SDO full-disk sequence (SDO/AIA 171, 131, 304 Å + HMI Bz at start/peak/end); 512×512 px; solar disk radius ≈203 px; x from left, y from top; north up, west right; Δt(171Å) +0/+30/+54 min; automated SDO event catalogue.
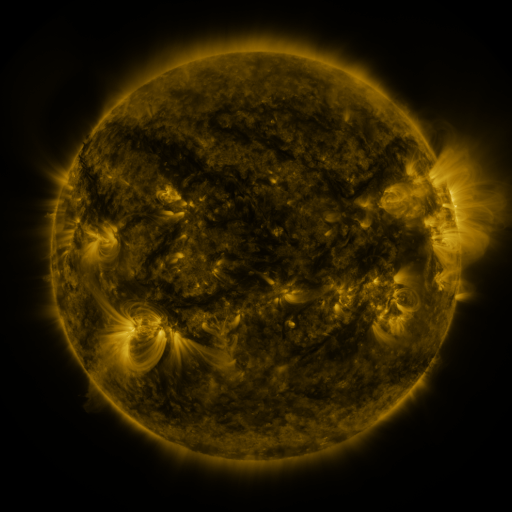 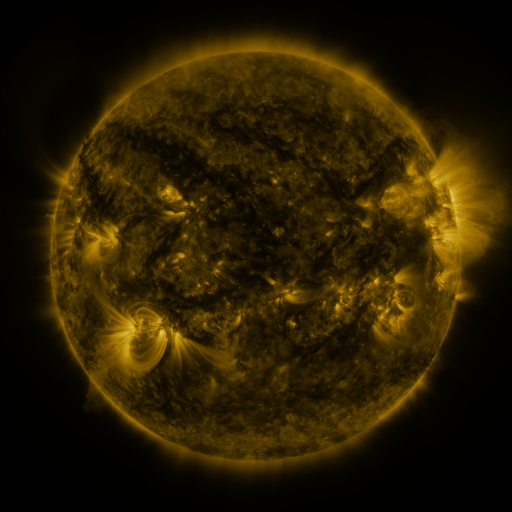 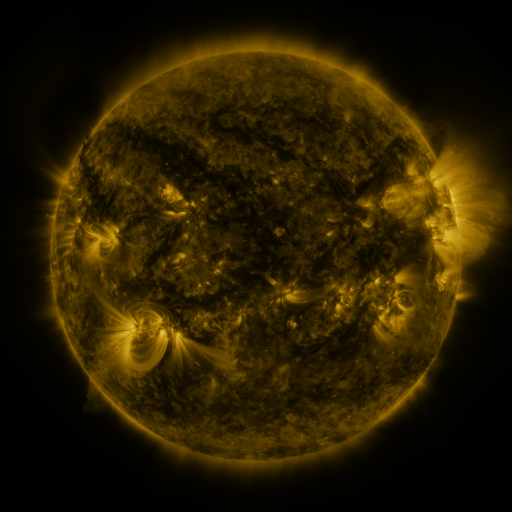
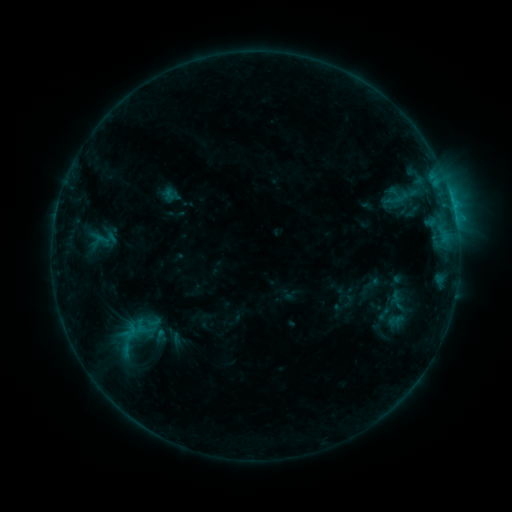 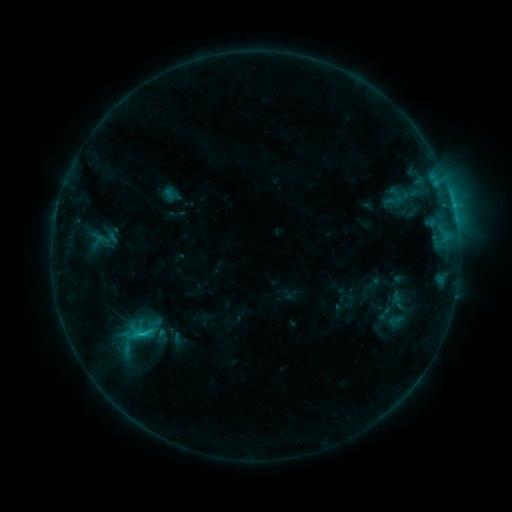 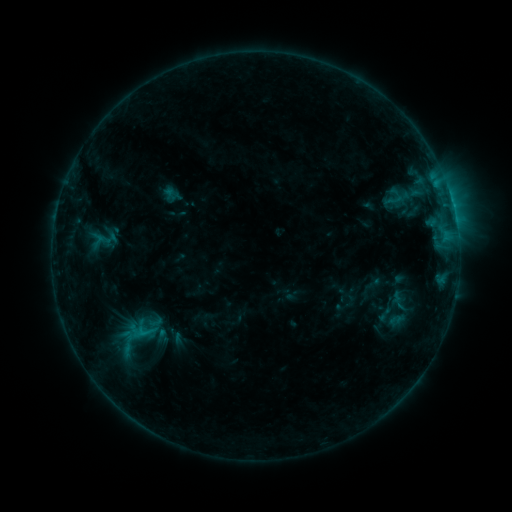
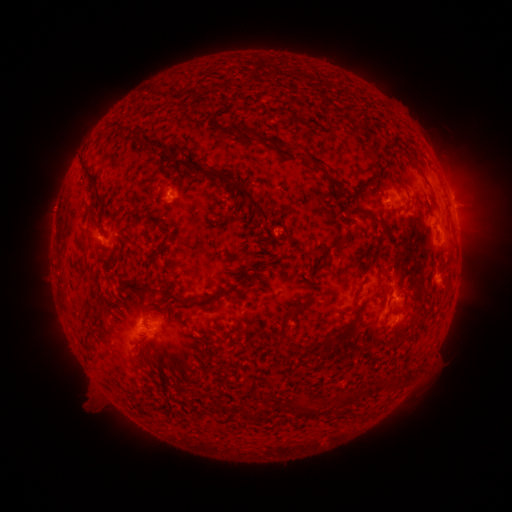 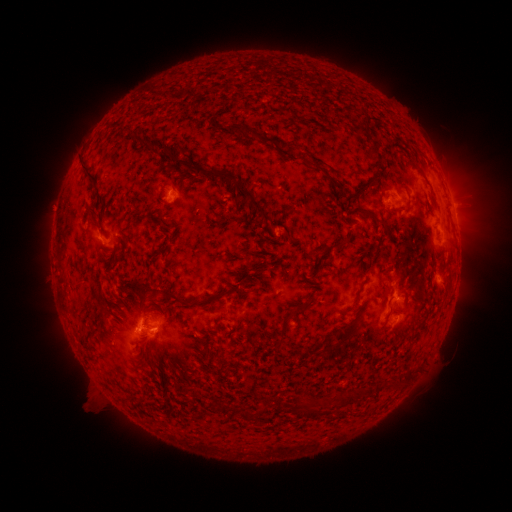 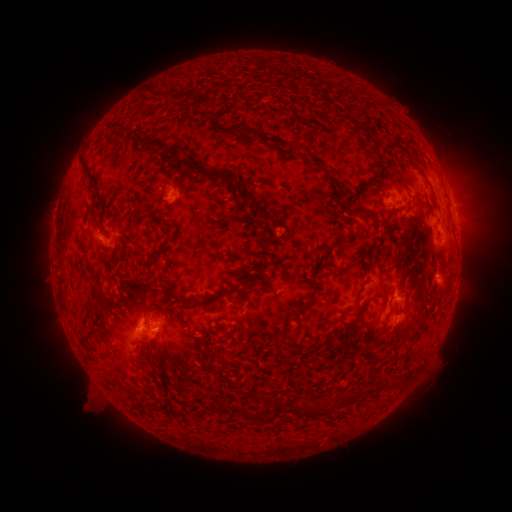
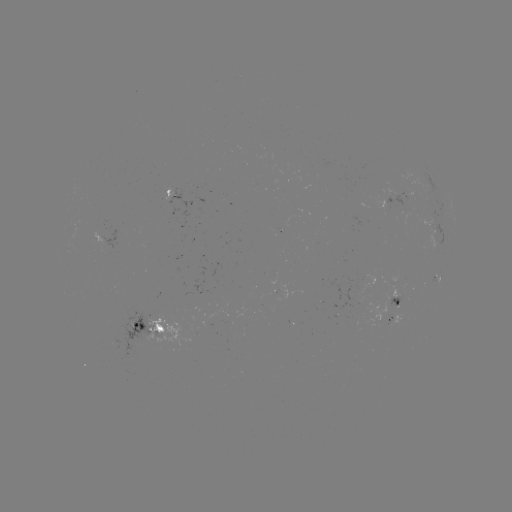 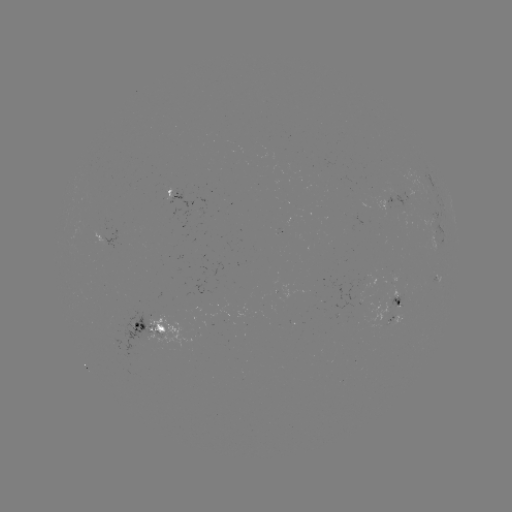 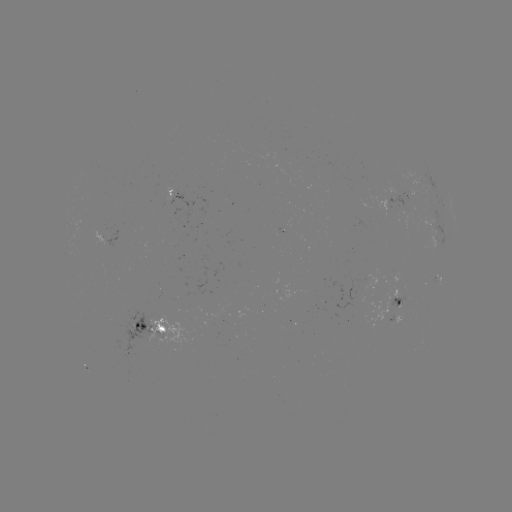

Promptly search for C1.3 flare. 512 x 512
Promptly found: [144, 331].